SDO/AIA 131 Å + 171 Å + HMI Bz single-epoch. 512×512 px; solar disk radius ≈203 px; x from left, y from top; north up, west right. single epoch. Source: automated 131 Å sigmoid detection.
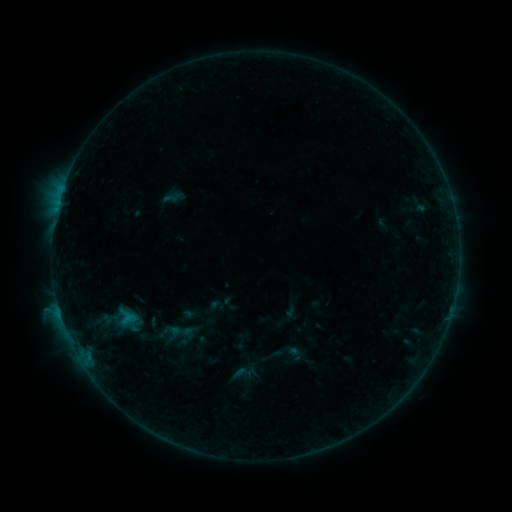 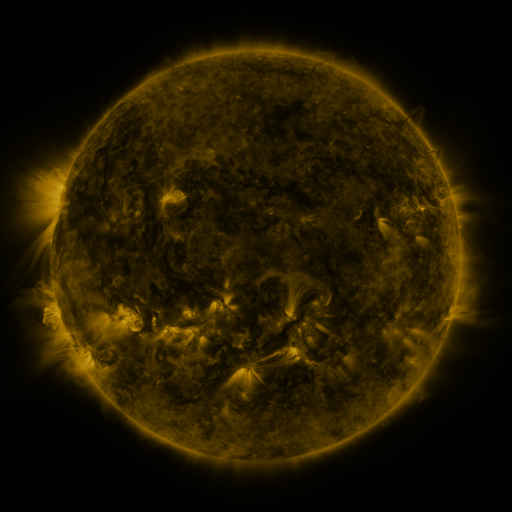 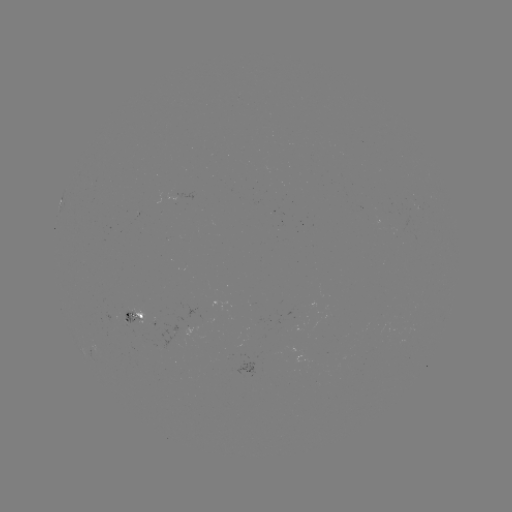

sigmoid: (231, 363, 253, 383)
